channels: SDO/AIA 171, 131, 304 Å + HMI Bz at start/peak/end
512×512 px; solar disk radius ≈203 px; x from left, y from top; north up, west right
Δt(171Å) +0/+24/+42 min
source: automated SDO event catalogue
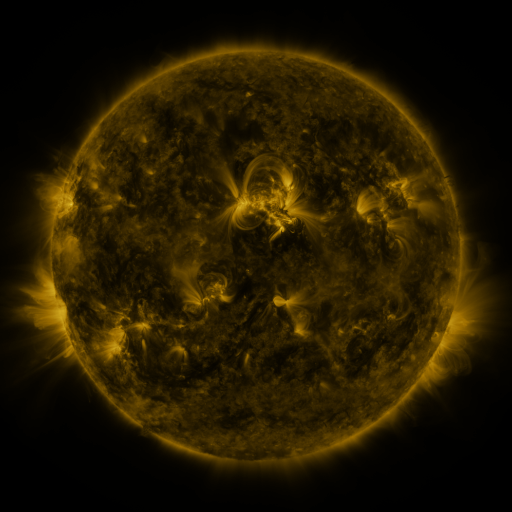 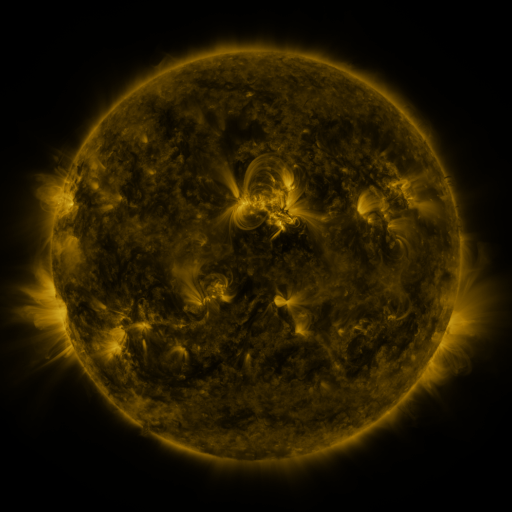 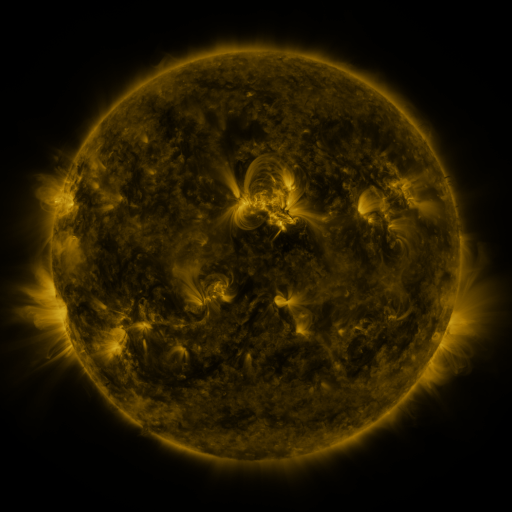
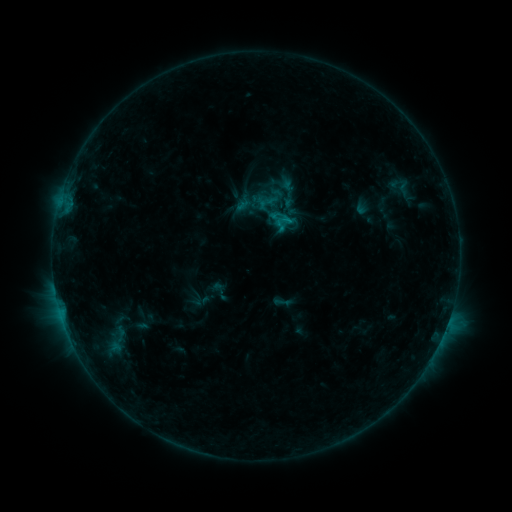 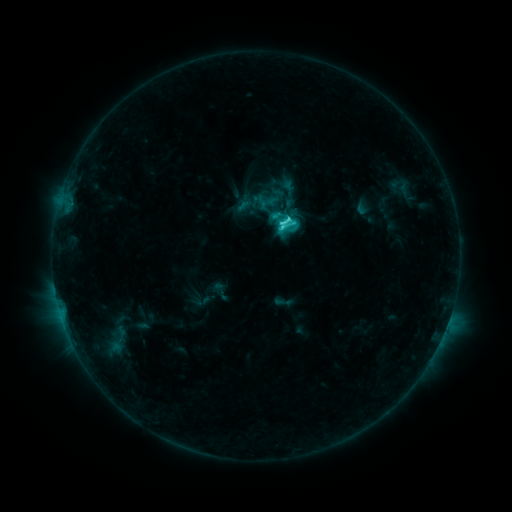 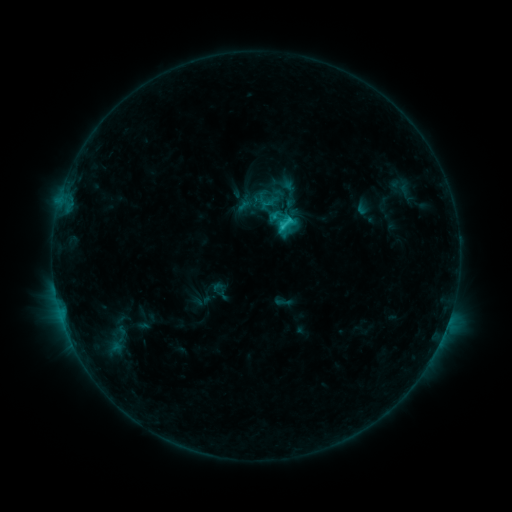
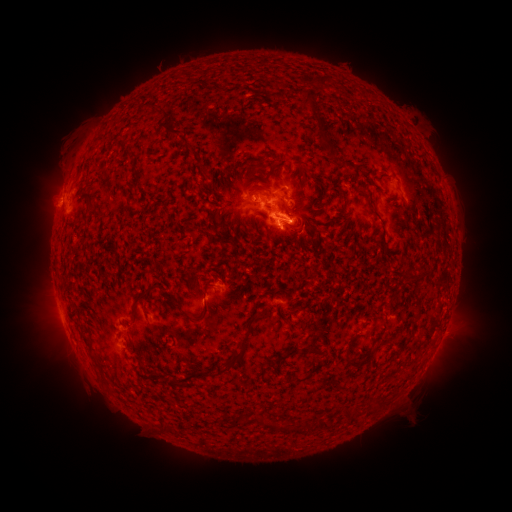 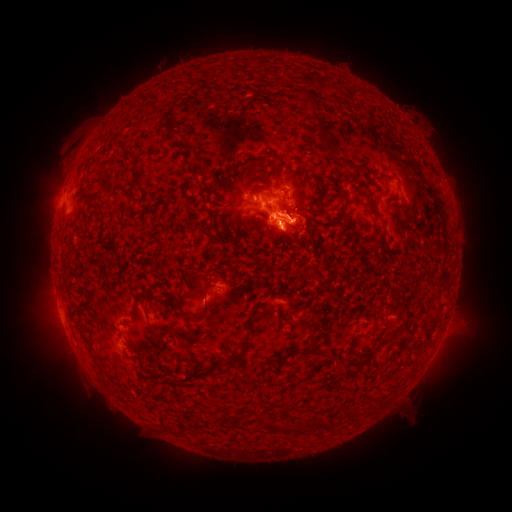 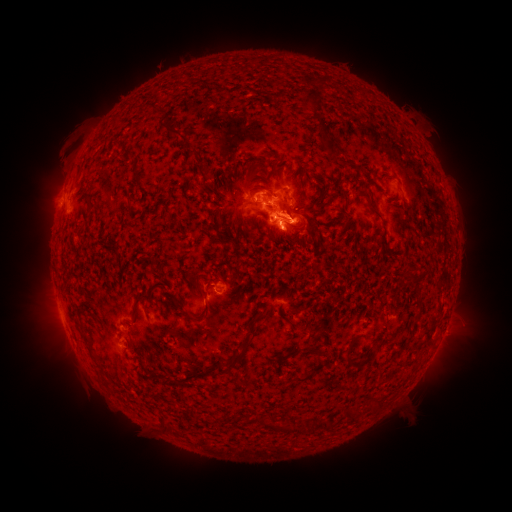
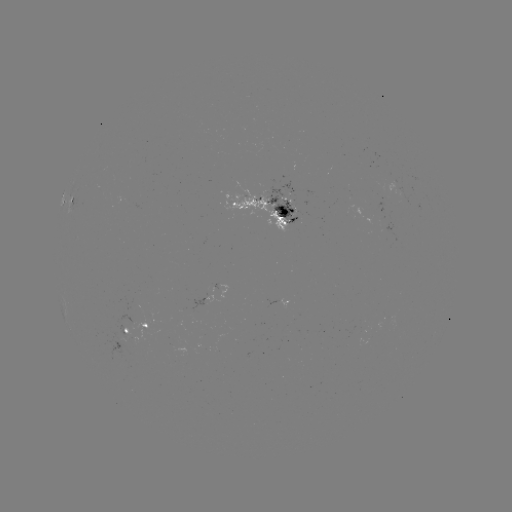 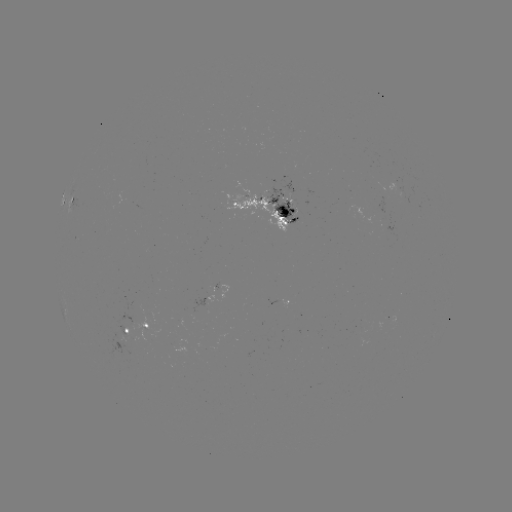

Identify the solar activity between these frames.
C4.1 flare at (280, 227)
